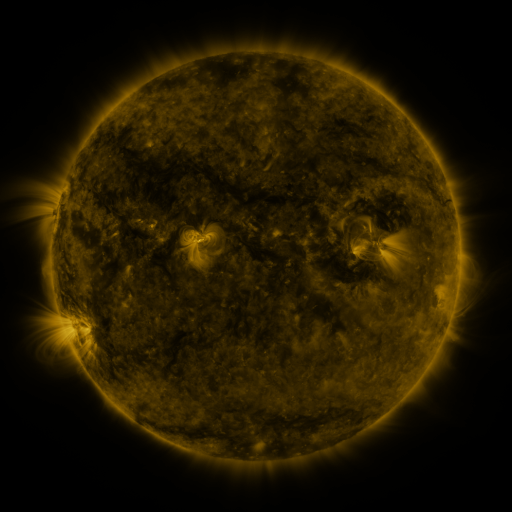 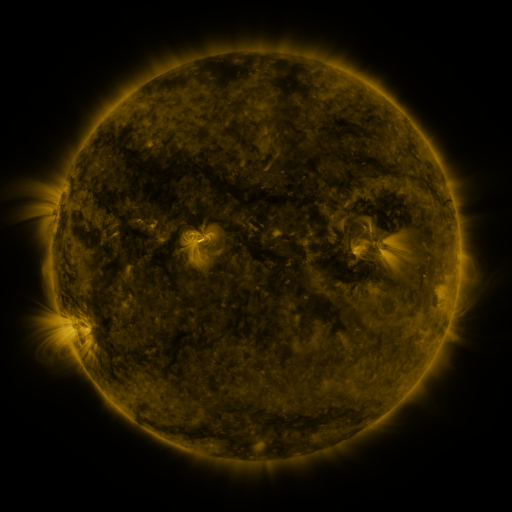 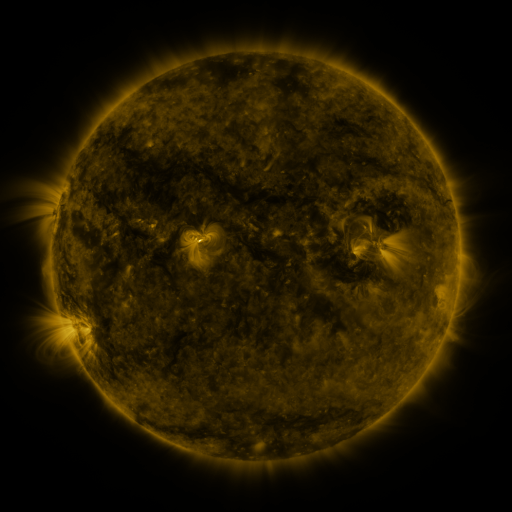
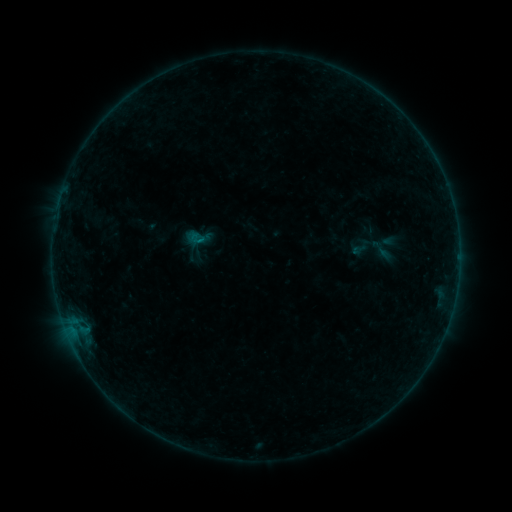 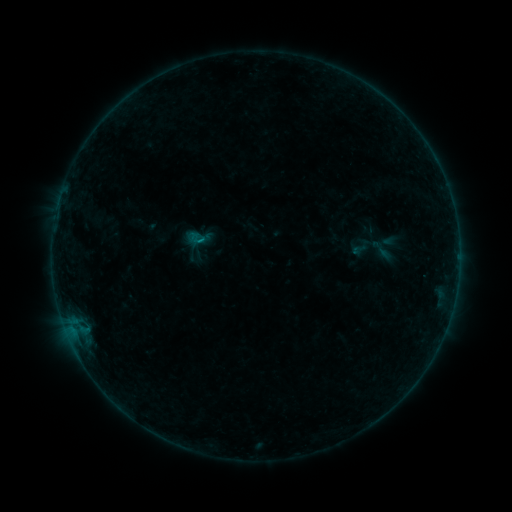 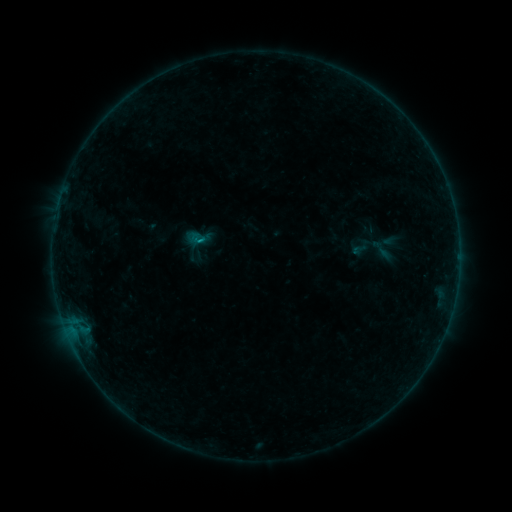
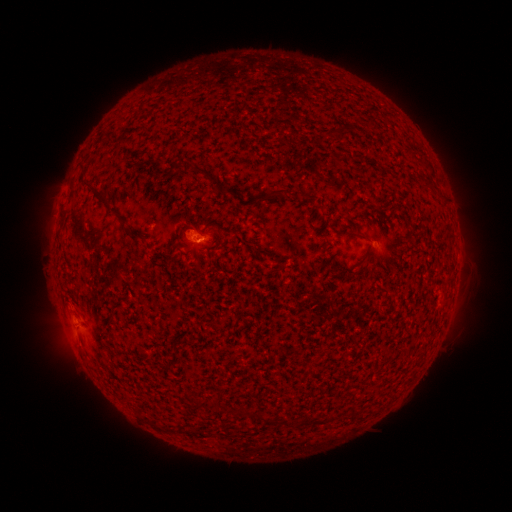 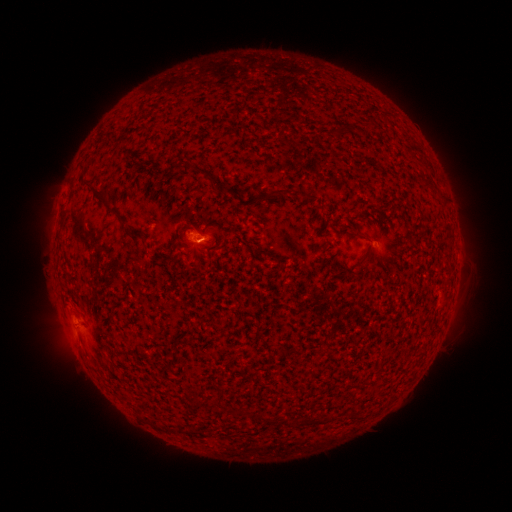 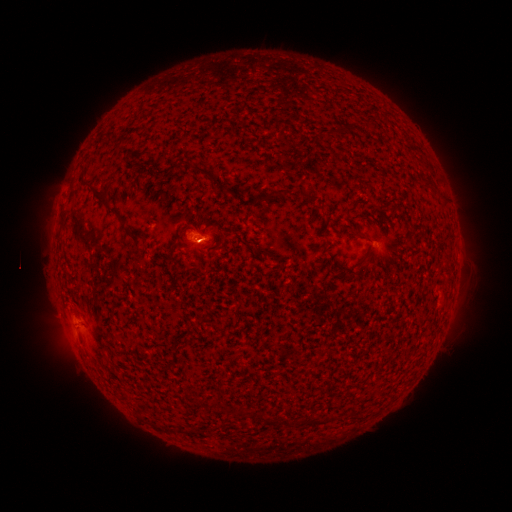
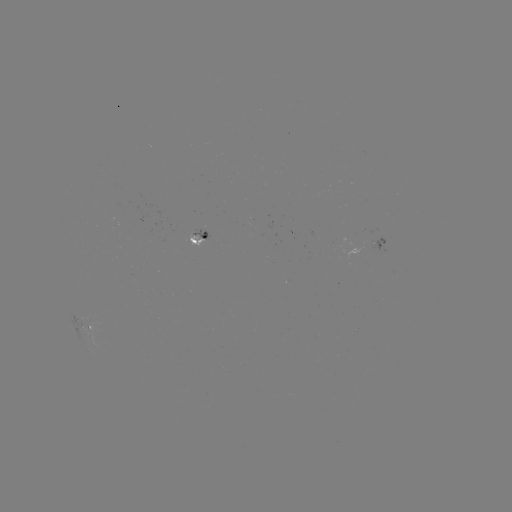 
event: flare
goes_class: B3.0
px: (200, 244)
